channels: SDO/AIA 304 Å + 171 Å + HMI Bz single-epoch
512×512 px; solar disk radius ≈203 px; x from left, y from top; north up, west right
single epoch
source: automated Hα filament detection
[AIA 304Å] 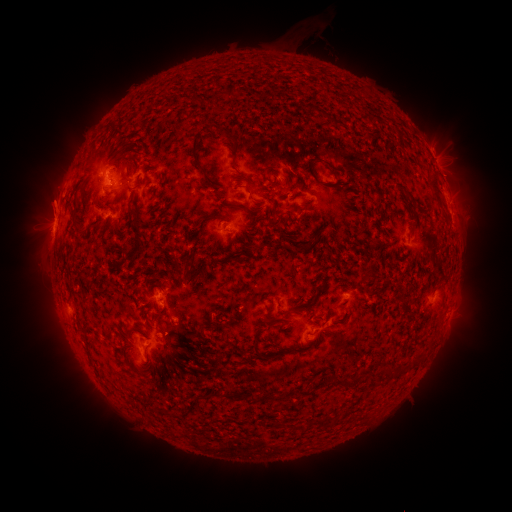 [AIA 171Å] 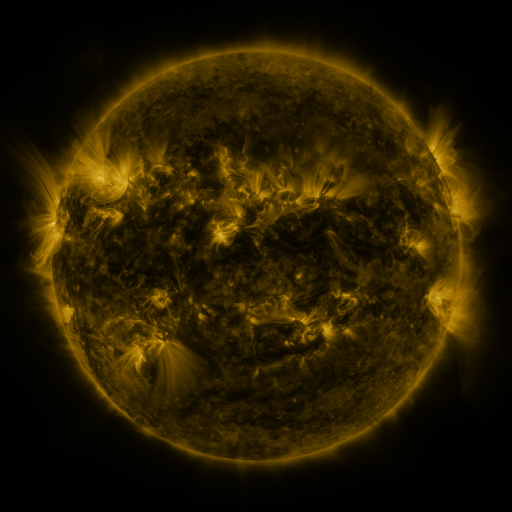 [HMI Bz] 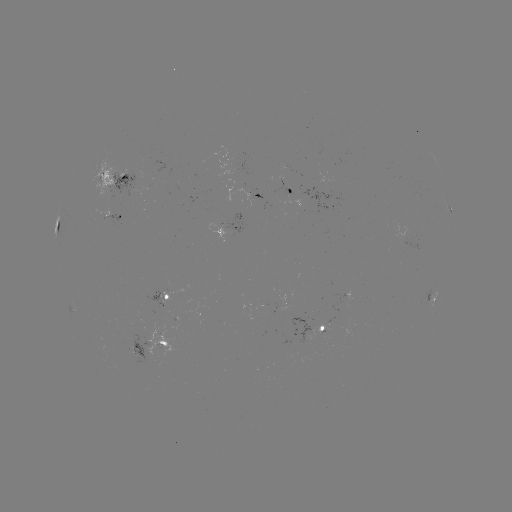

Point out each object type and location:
filament: (232, 90)
filament: (319, 111)
filament: (198, 138)
filament: (230, 138)
filament: (318, 161)
filament: (265, 174)
filament: (125, 177)
filament: (248, 190)
filament: (437, 193)
filament: (132, 199)
filament: (275, 205)
filament: (236, 206)
filament: (75, 220)
filament: (137, 239)
filament: (366, 275)
filament: (162, 342)
filament: (255, 349)
filament: (389, 374)
filament: (344, 382)
filament: (302, 393)
filament: (318, 422)
